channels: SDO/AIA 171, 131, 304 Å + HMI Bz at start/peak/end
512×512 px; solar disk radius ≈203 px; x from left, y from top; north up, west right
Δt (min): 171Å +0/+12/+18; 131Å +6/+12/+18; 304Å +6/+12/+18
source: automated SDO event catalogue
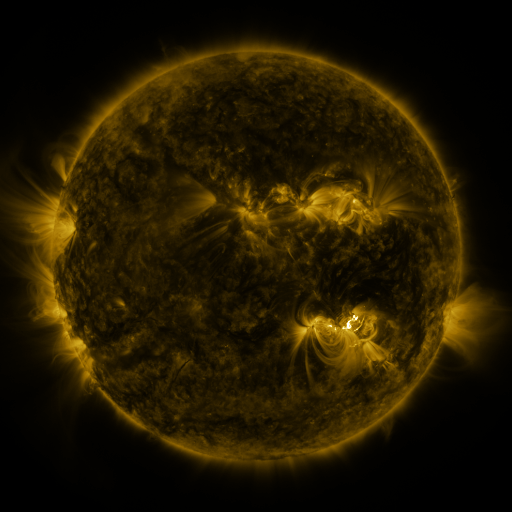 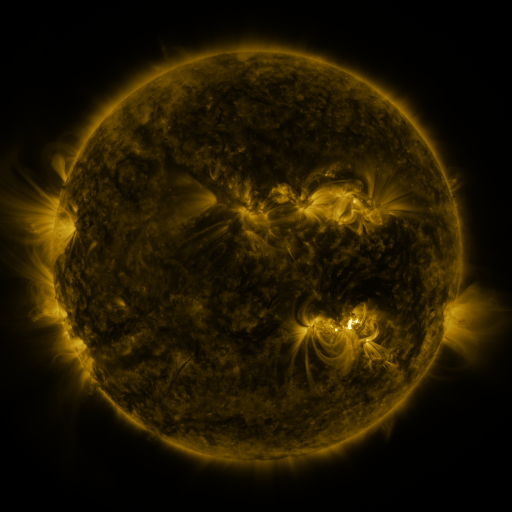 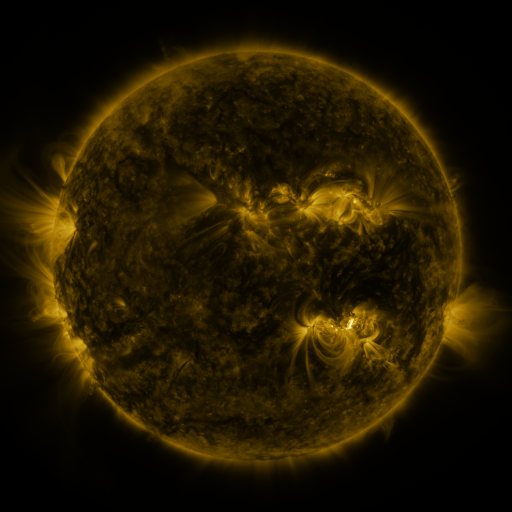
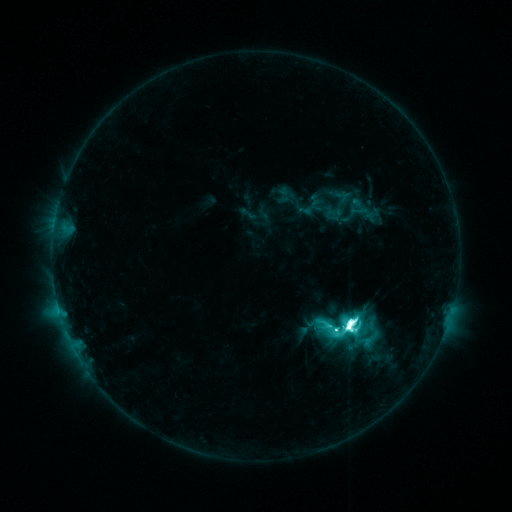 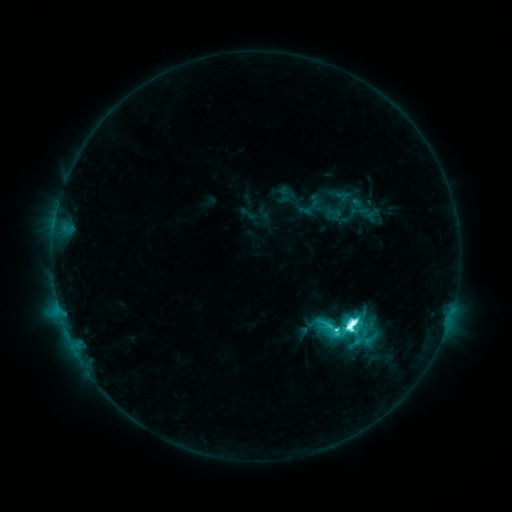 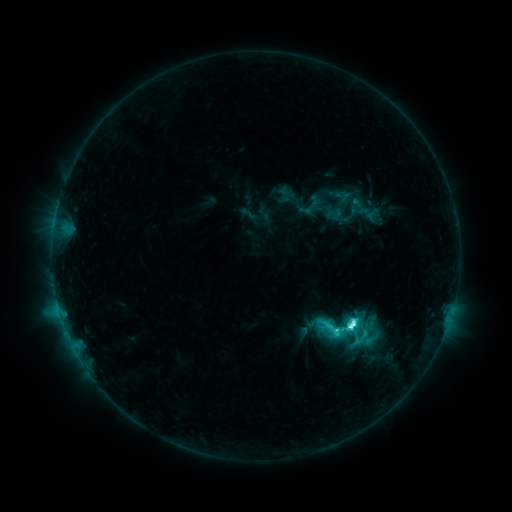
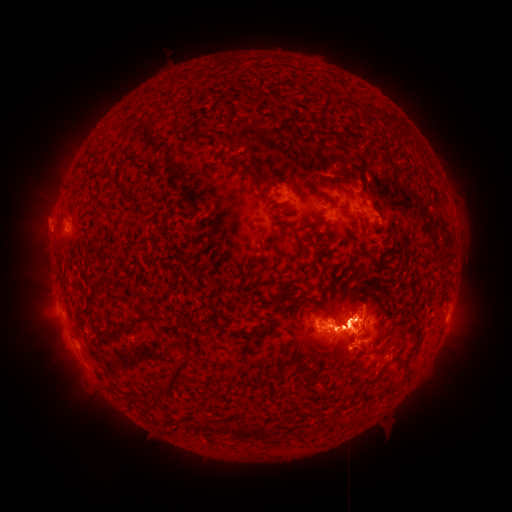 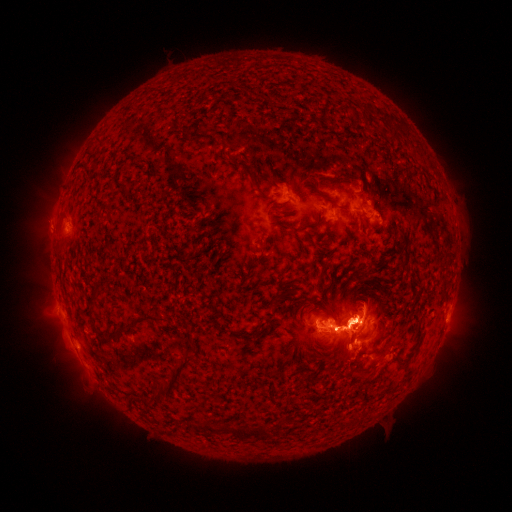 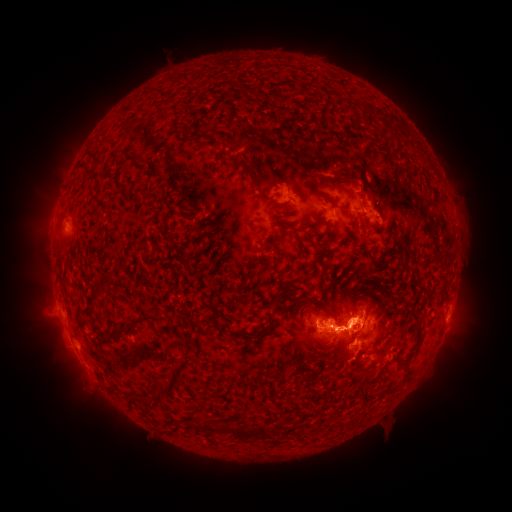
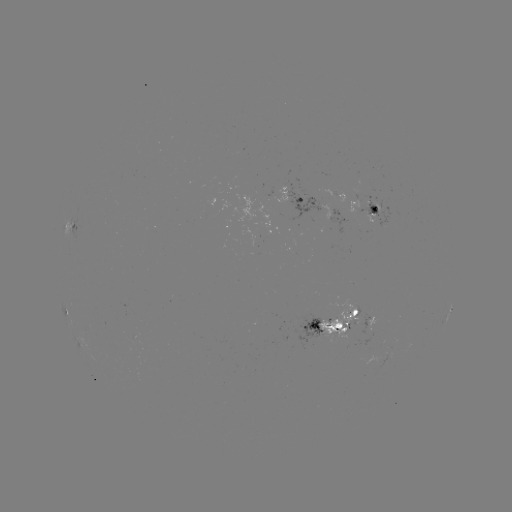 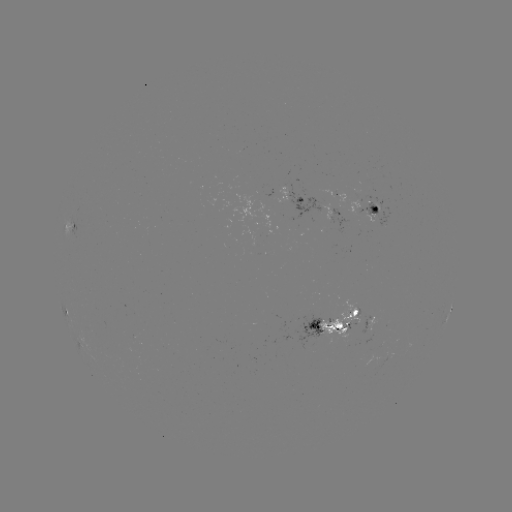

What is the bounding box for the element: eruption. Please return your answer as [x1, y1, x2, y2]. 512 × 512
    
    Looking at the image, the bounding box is [21, 167, 75, 264].